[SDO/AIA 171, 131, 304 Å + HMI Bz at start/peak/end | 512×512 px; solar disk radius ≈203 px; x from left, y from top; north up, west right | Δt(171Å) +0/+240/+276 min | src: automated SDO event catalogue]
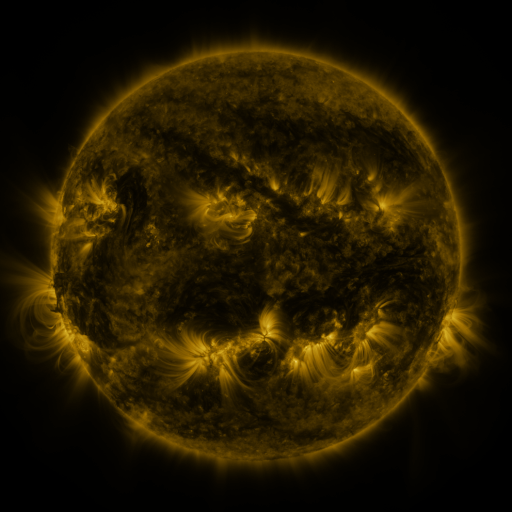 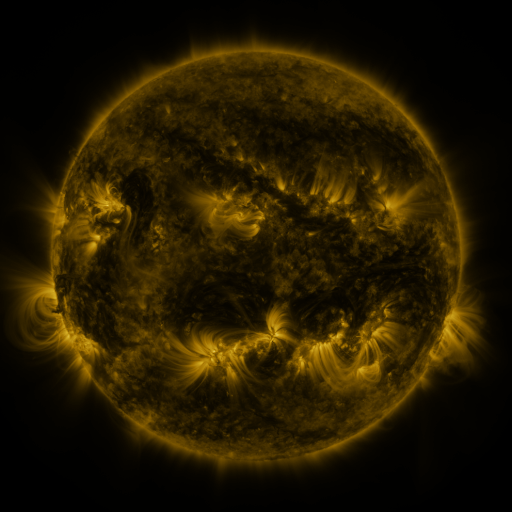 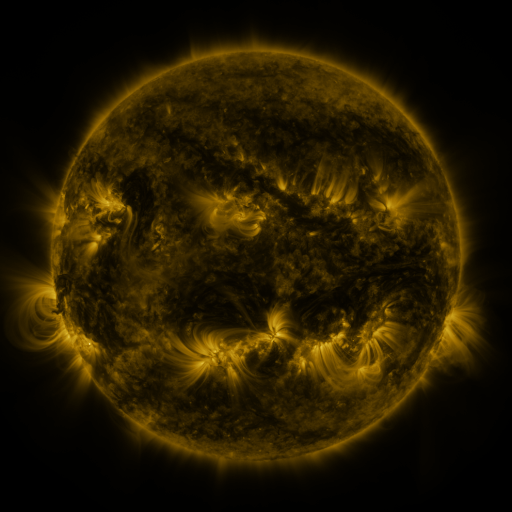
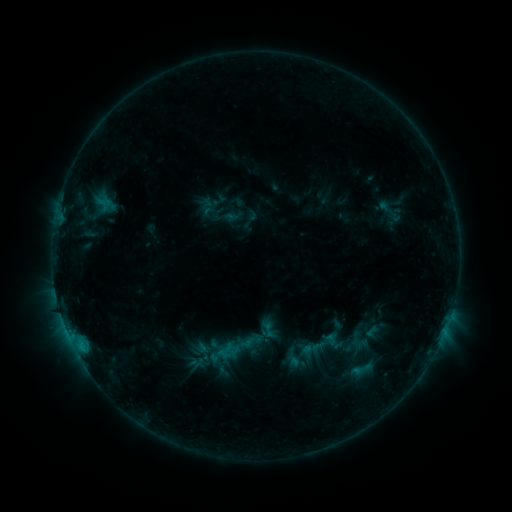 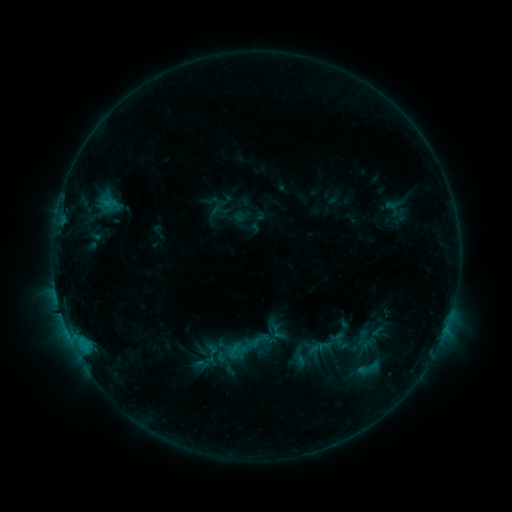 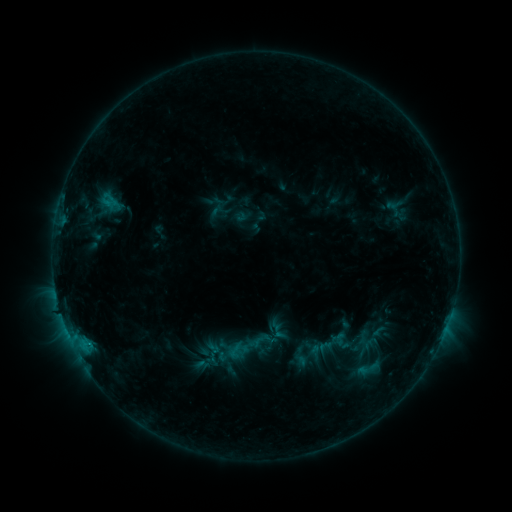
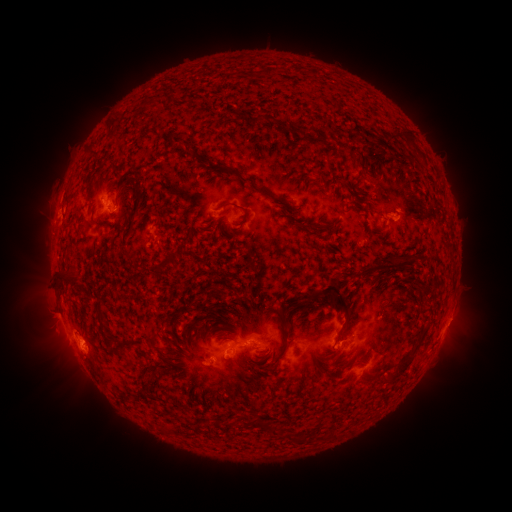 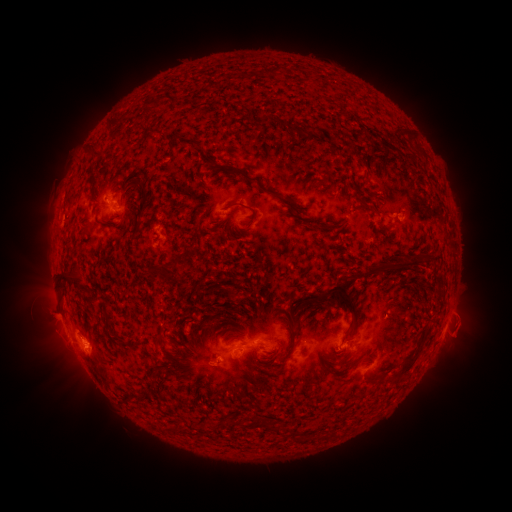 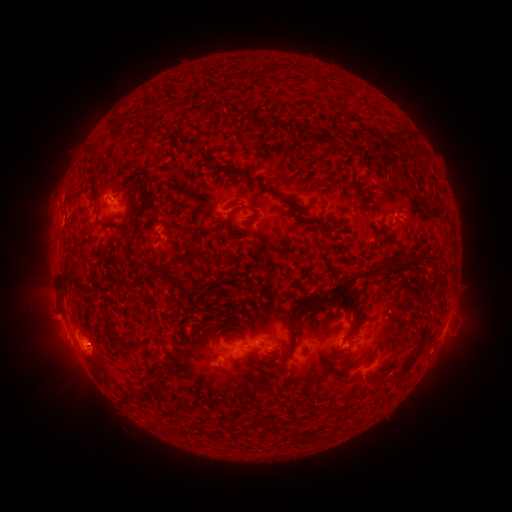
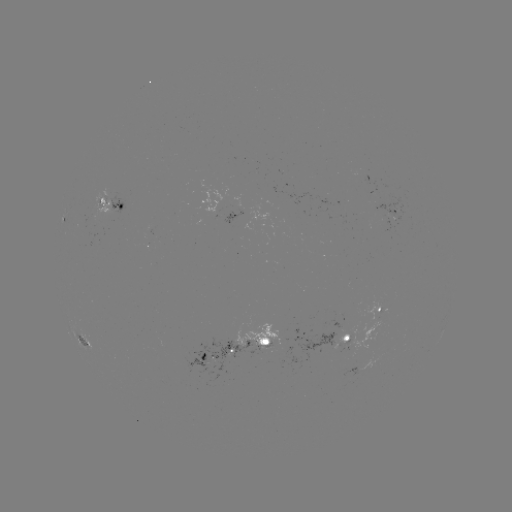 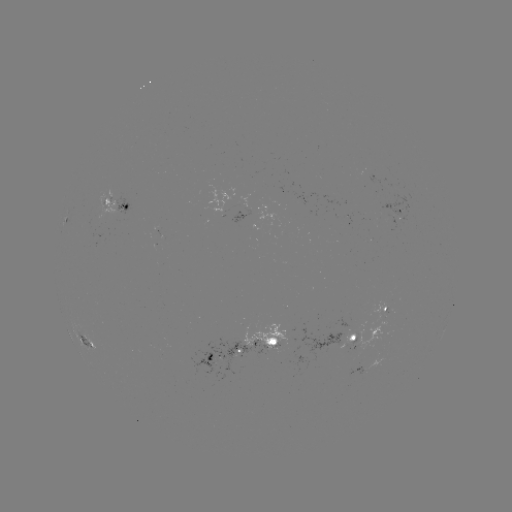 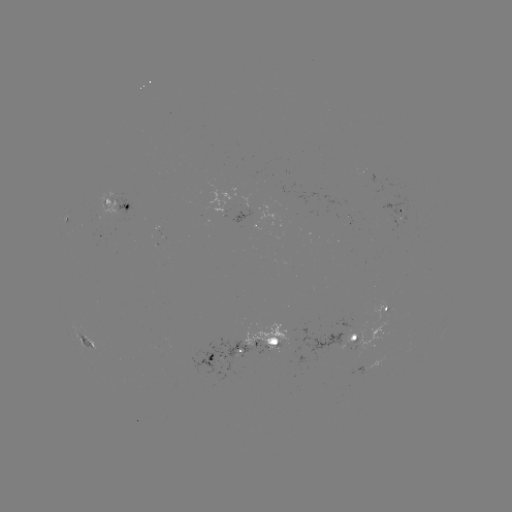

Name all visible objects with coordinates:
emerging-flux region: (267, 341)
